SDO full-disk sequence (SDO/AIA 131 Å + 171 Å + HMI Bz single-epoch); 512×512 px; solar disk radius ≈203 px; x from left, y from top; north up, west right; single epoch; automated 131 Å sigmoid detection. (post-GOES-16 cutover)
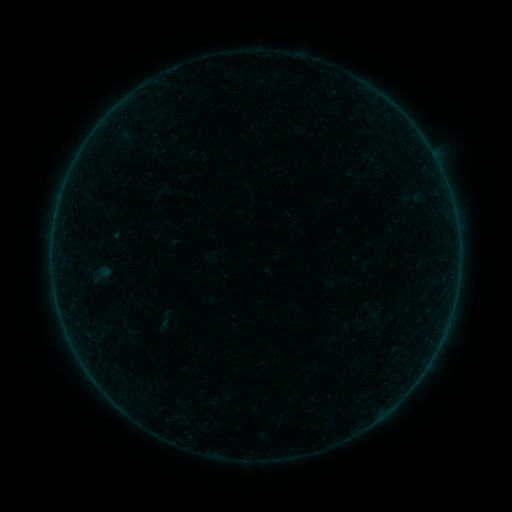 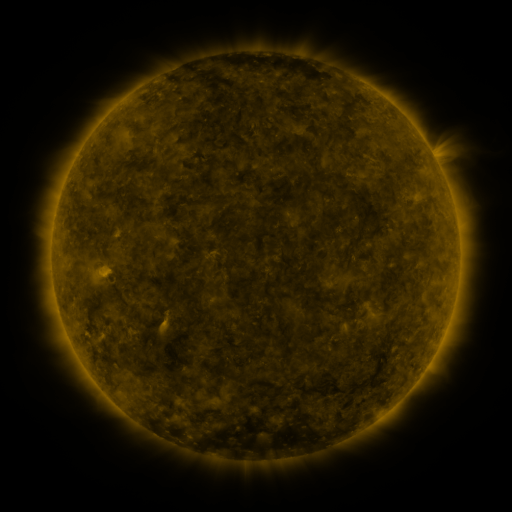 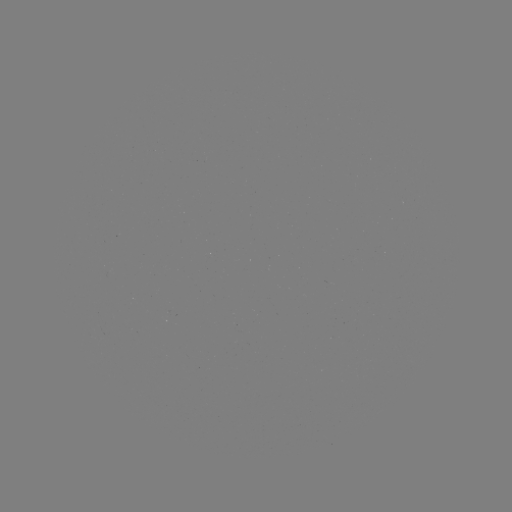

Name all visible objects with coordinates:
sigmoid: [151, 309, 179, 330]
